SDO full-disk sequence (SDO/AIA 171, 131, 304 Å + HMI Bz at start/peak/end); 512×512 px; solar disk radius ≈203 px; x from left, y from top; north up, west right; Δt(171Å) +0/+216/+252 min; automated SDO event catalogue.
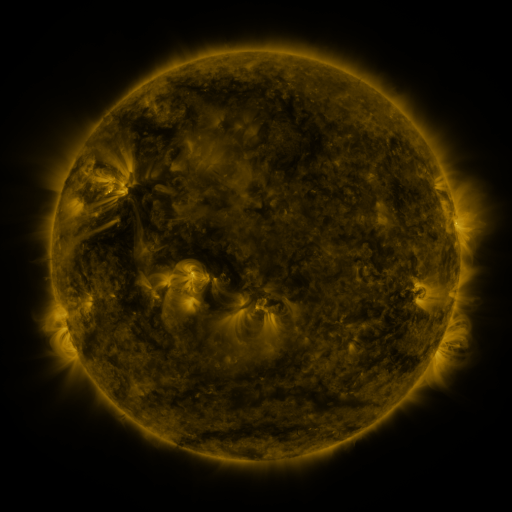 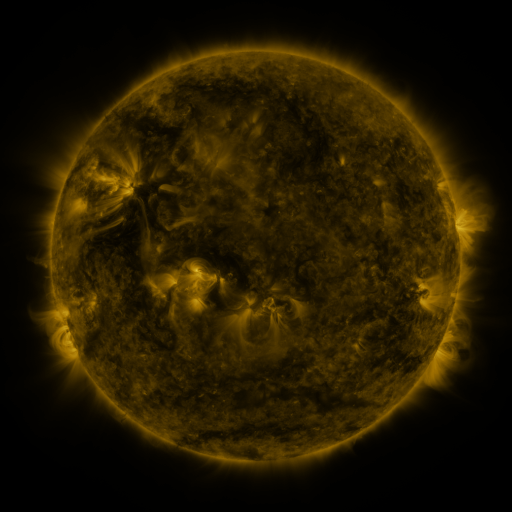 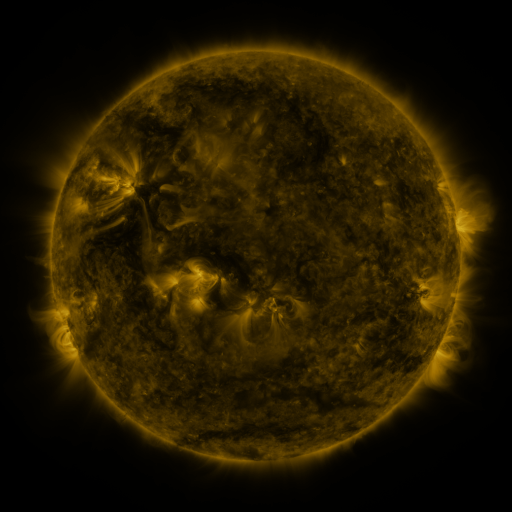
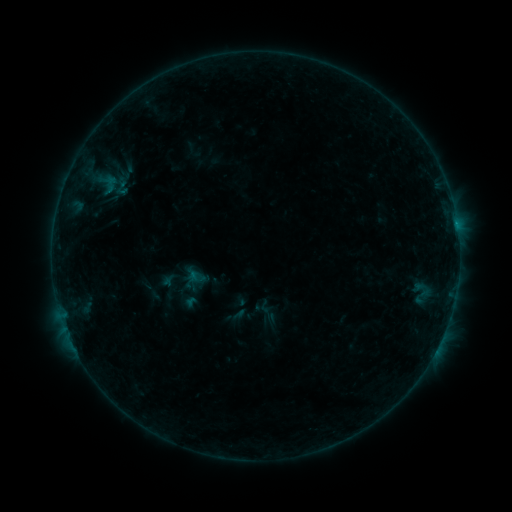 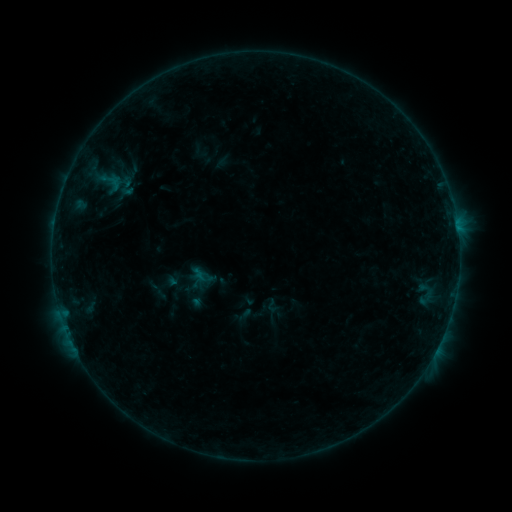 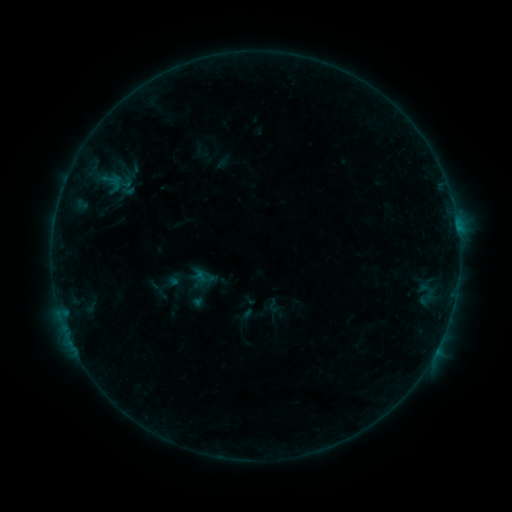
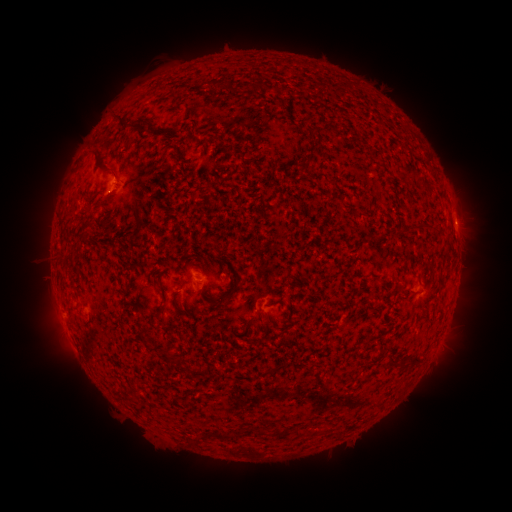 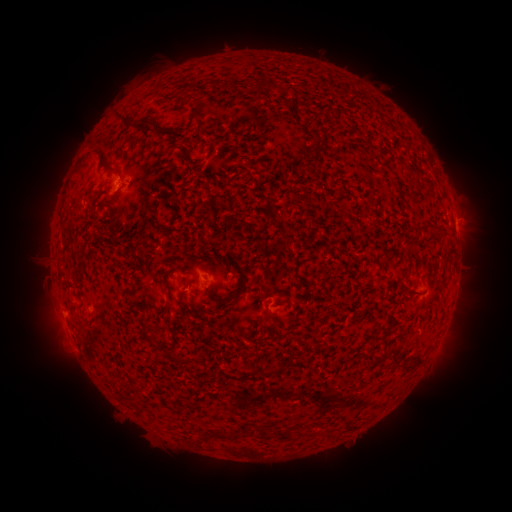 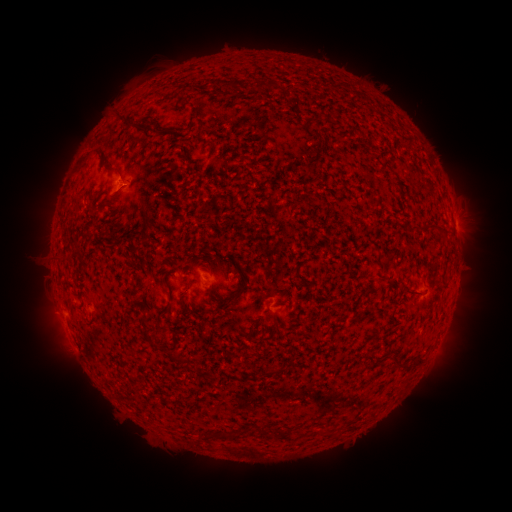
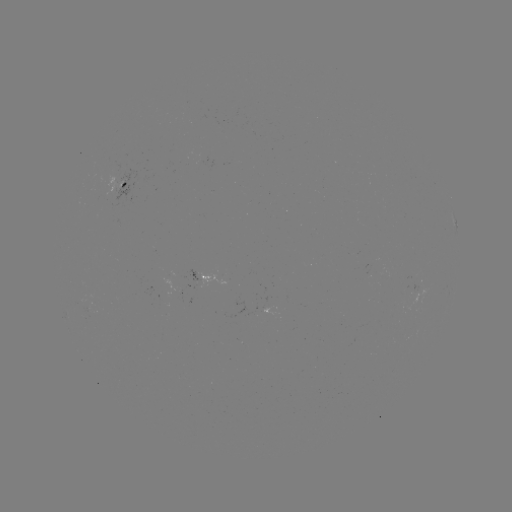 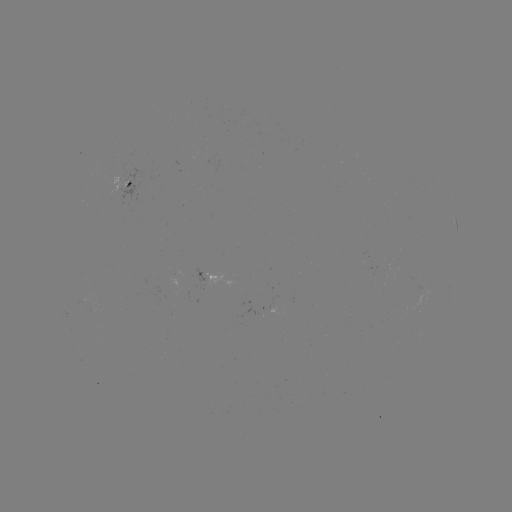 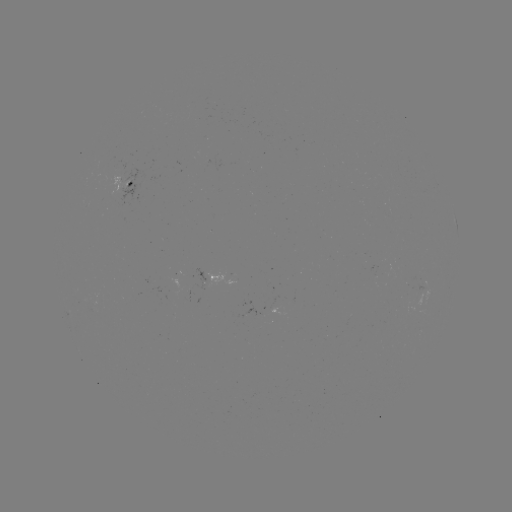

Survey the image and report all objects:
emerging-flux region: (176, 274)
